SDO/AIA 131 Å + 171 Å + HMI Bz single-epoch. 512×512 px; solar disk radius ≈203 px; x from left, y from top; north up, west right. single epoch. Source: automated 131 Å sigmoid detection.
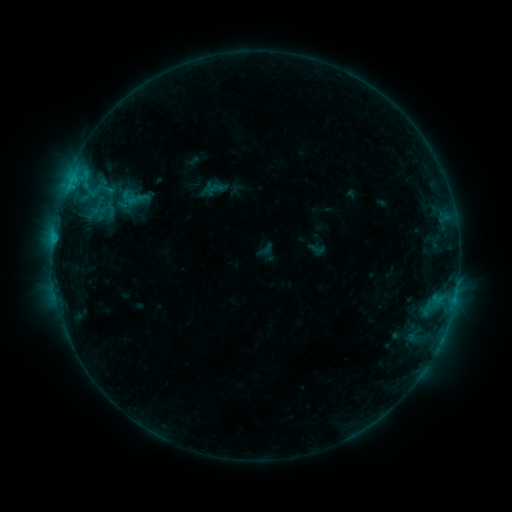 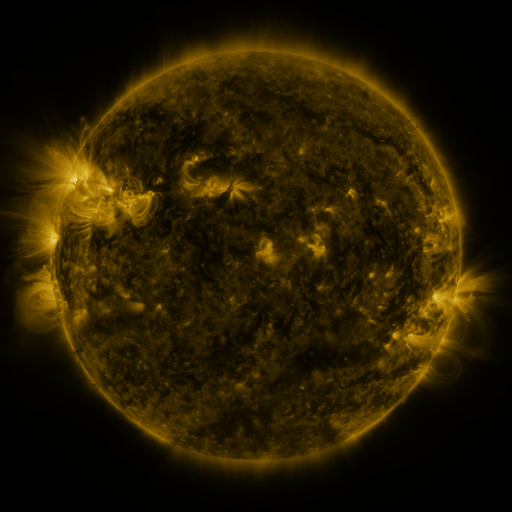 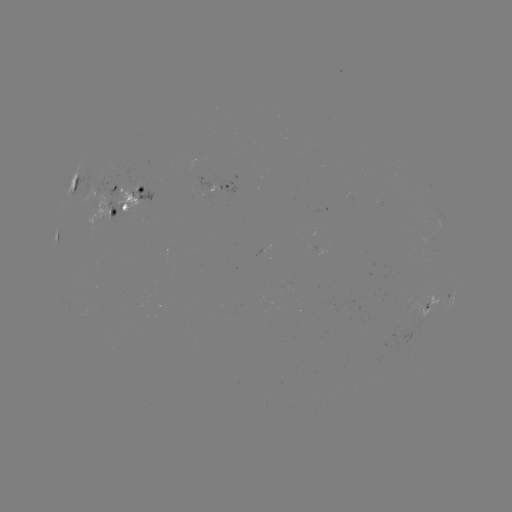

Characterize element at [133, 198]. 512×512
sigmoid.